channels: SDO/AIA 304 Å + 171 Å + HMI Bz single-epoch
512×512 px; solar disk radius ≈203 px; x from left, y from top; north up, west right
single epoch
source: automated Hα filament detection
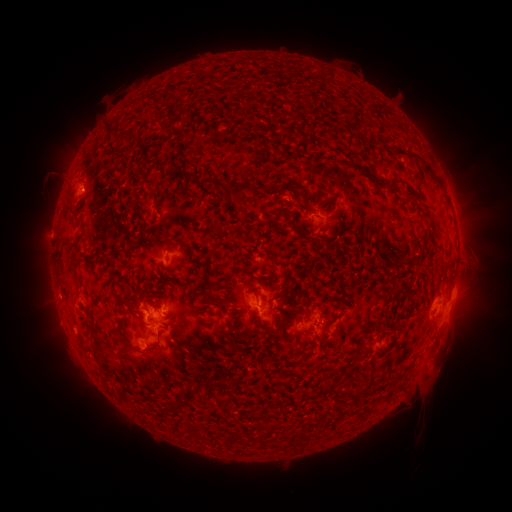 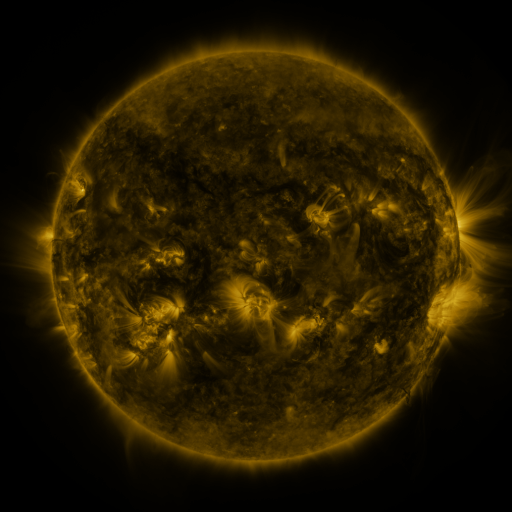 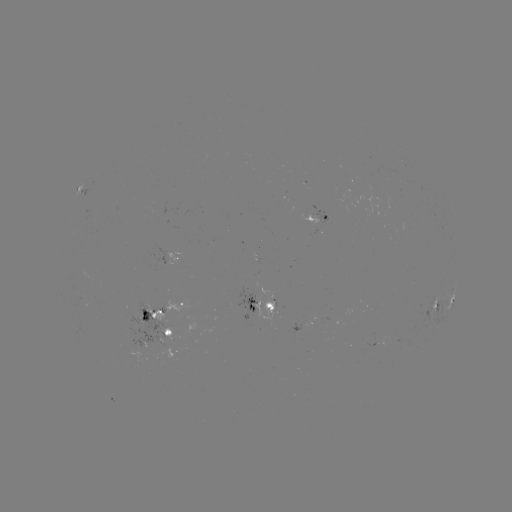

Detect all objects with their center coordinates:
filament: (328, 75)
filament: (241, 113)
filament: (397, 123)
filament: (356, 165)
filament: (187, 176)
filament: (212, 181)
filament: (245, 188)
filament: (407, 192)
filament: (312, 195)
filament: (313, 240)
filament: (63, 244)
filament: (271, 306)
filament: (261, 325)
filament: (160, 328)
filament: (395, 331)
filament: (139, 332)
filament: (143, 352)
filament: (123, 393)
